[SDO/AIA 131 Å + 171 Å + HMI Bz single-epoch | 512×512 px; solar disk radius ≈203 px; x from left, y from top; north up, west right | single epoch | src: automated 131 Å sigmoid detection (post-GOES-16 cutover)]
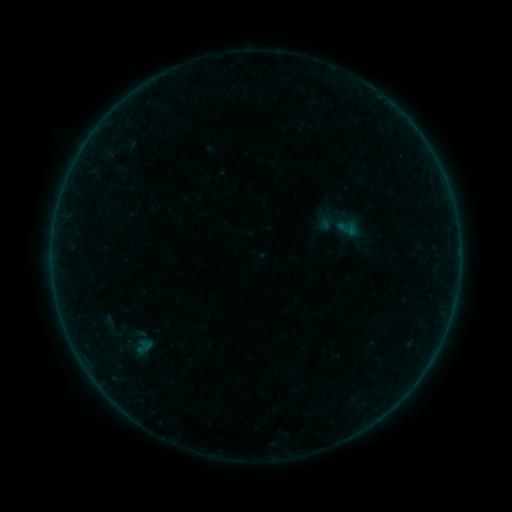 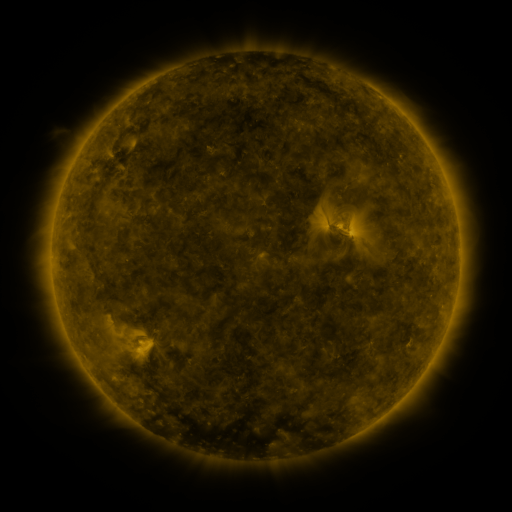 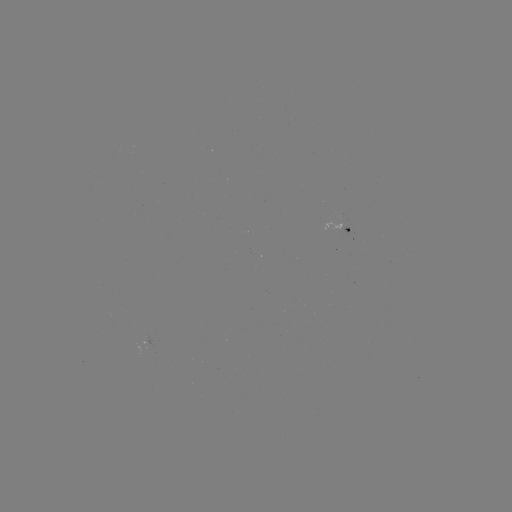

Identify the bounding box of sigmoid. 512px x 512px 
[335, 215, 359, 241].